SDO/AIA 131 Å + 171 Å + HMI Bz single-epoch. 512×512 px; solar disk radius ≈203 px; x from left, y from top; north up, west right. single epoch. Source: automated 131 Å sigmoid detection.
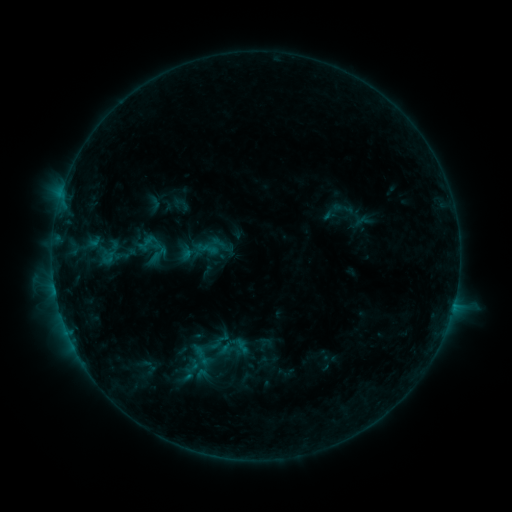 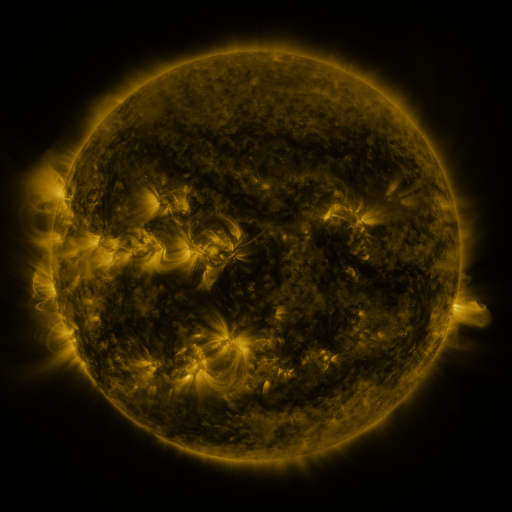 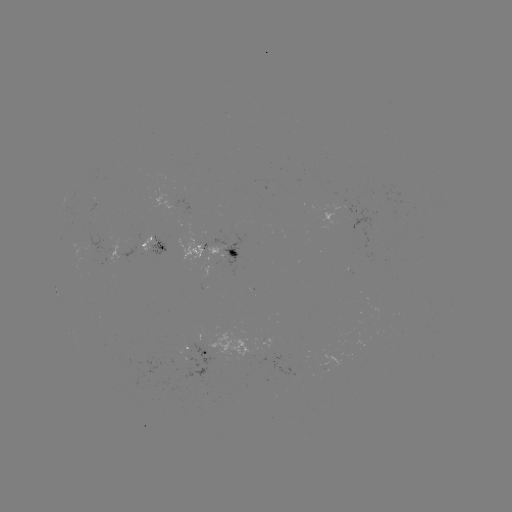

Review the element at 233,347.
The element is sigmoid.